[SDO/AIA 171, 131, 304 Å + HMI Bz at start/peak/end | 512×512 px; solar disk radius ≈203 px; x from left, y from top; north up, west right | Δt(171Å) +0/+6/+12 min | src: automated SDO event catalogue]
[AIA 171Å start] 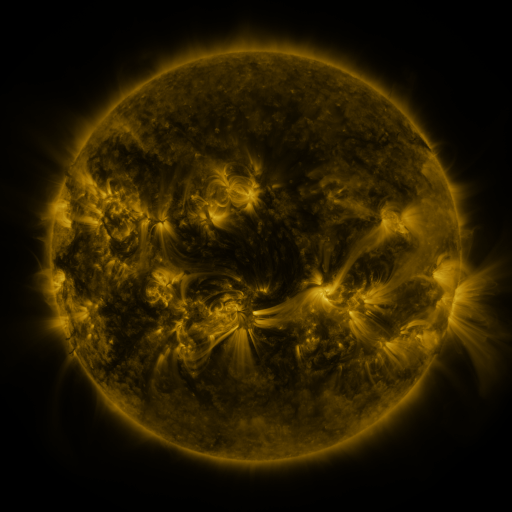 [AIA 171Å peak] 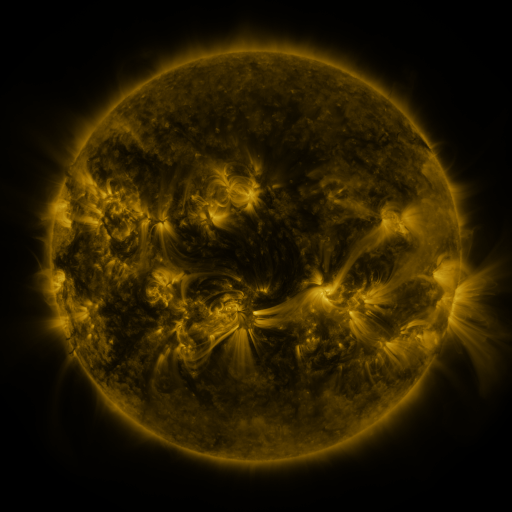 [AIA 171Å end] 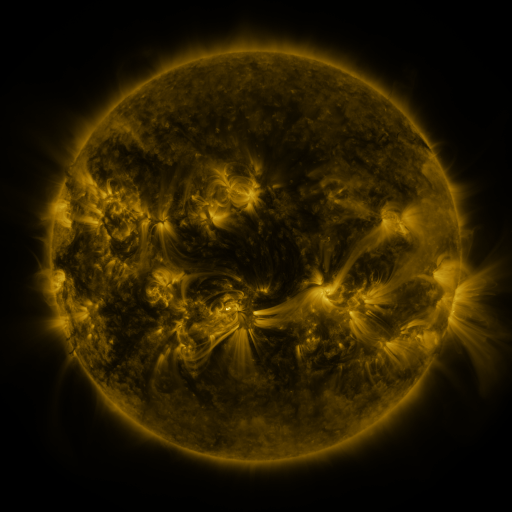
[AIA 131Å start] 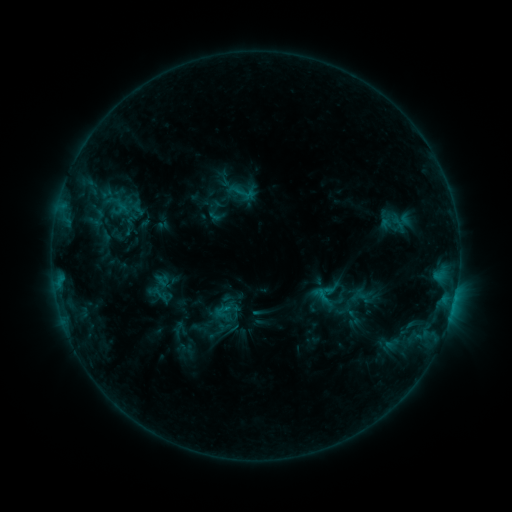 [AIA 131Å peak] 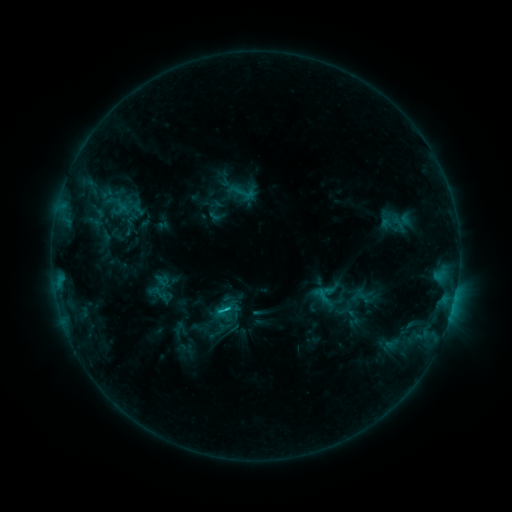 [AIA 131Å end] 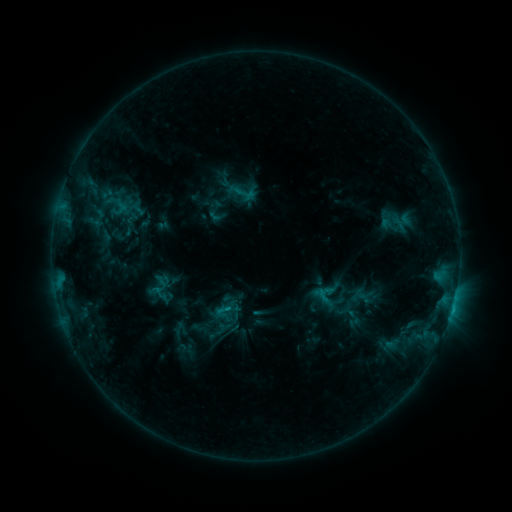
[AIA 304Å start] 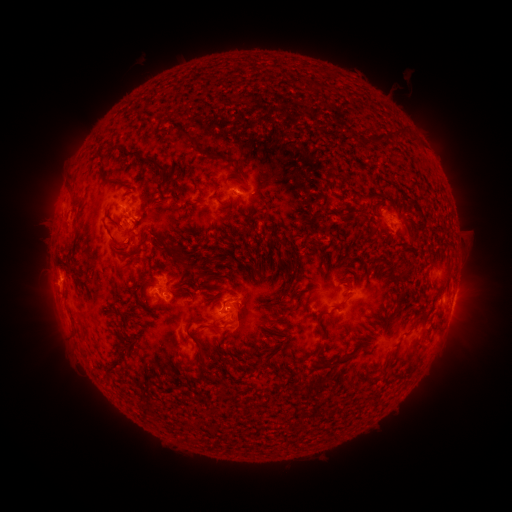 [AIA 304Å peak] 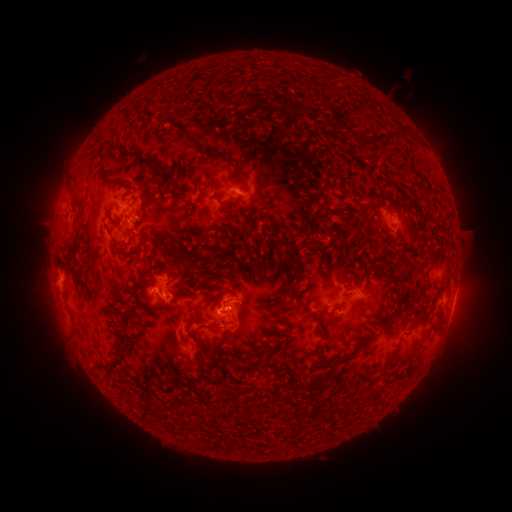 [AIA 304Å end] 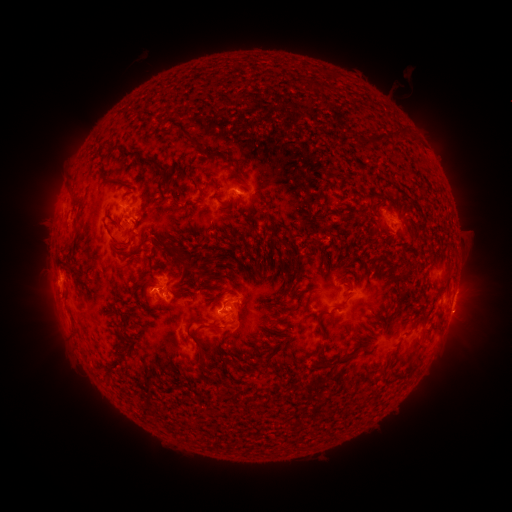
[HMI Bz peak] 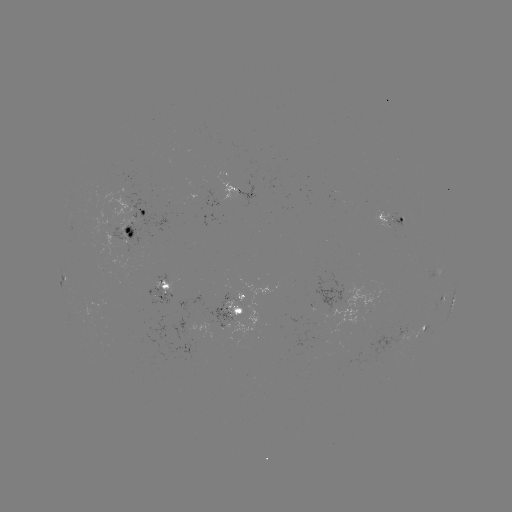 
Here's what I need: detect C1.6 flare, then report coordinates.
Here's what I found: C1.6 flare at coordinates [228, 306].